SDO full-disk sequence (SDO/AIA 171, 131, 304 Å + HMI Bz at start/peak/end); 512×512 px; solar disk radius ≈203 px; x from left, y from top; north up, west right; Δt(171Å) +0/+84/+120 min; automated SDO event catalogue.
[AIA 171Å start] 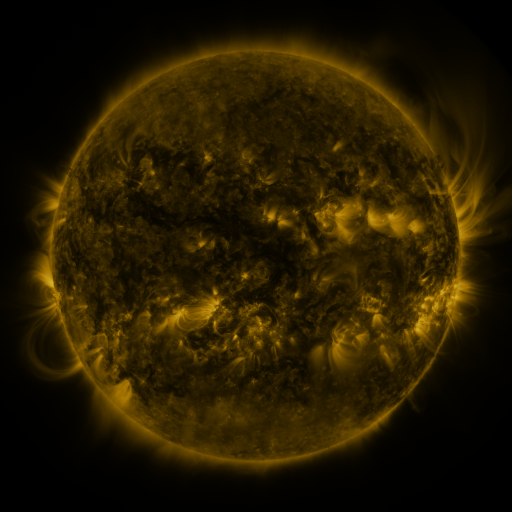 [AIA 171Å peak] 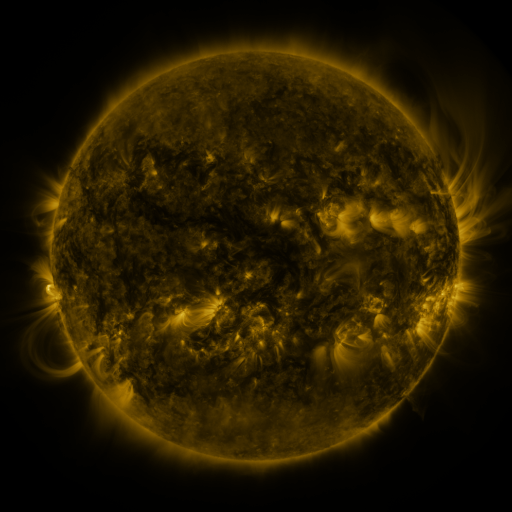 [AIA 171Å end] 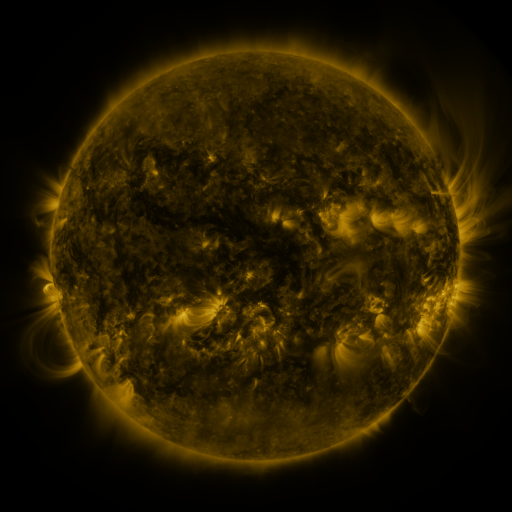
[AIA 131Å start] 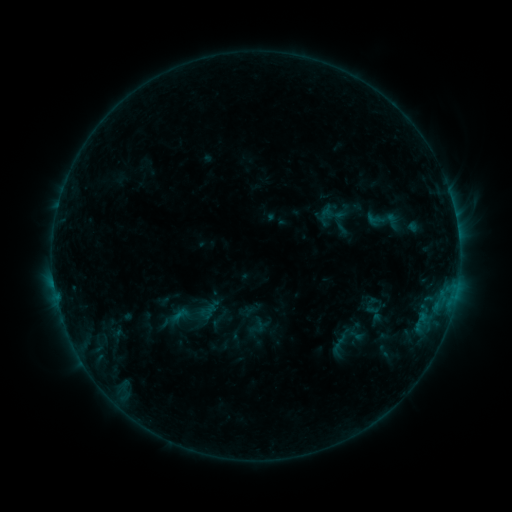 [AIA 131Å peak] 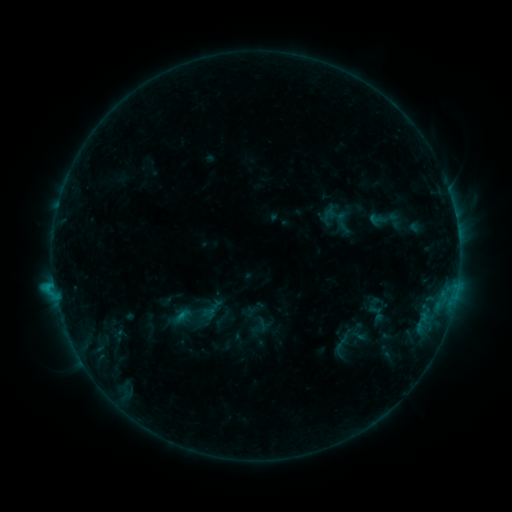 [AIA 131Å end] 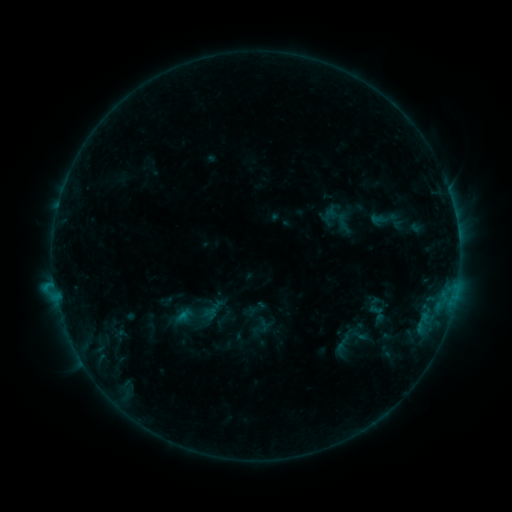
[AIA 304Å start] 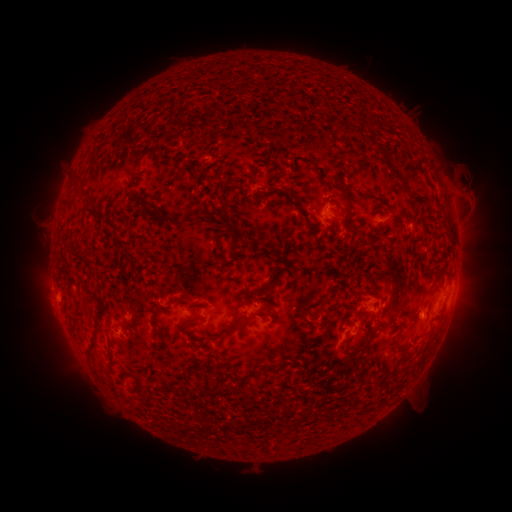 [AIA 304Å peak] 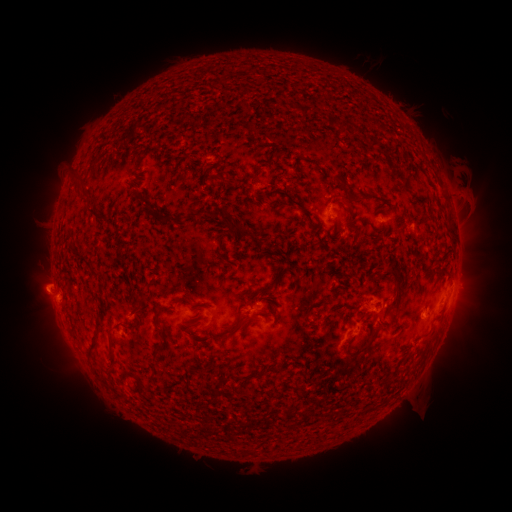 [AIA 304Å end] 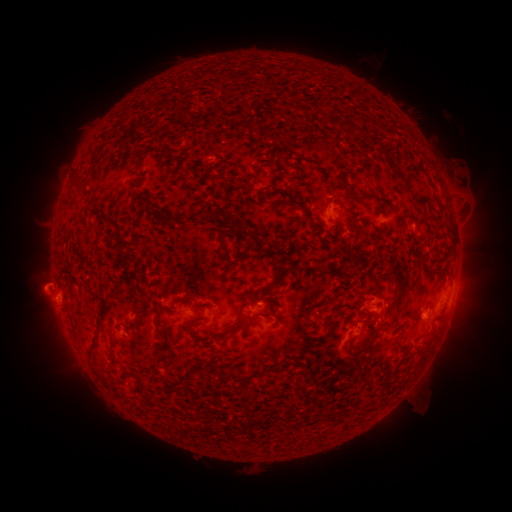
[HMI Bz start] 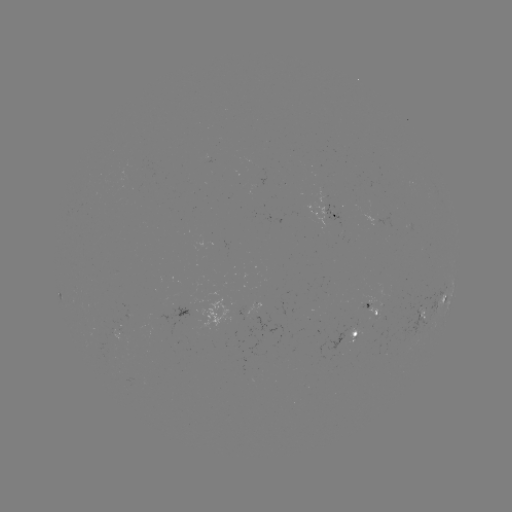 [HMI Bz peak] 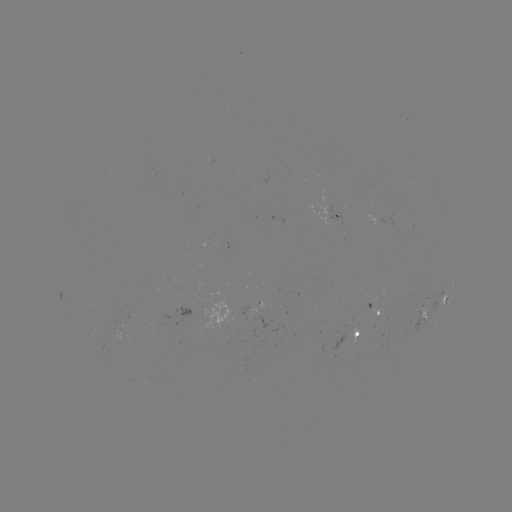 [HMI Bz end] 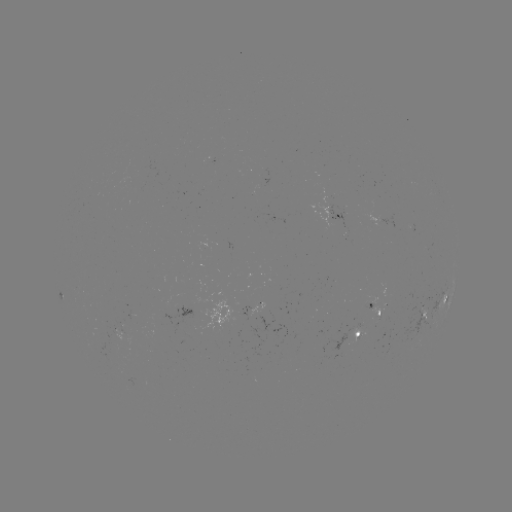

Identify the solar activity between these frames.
emerging-flux region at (125, 320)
